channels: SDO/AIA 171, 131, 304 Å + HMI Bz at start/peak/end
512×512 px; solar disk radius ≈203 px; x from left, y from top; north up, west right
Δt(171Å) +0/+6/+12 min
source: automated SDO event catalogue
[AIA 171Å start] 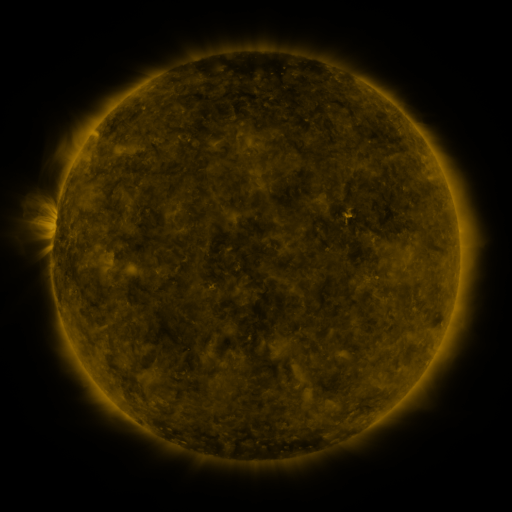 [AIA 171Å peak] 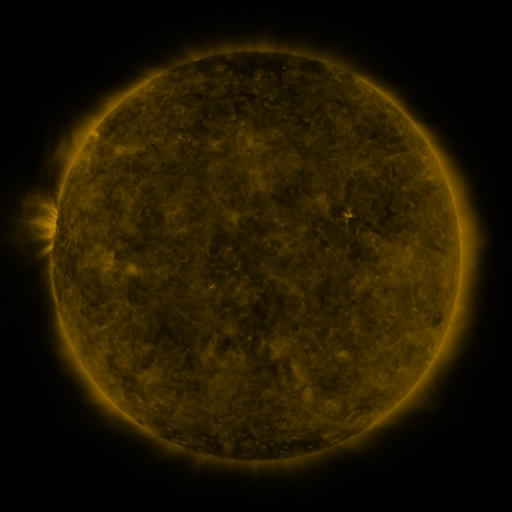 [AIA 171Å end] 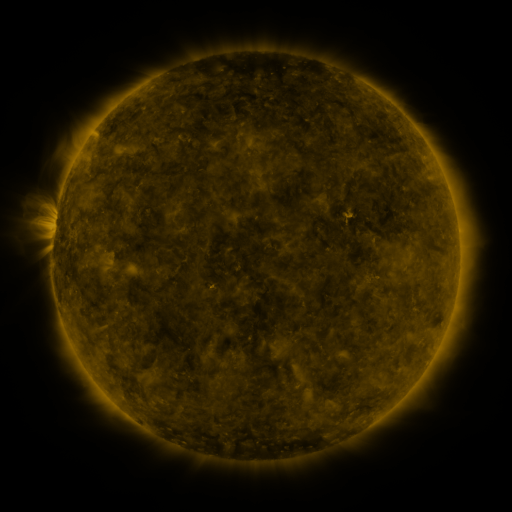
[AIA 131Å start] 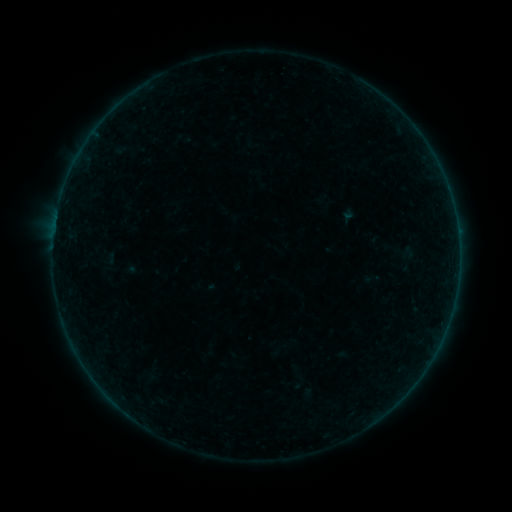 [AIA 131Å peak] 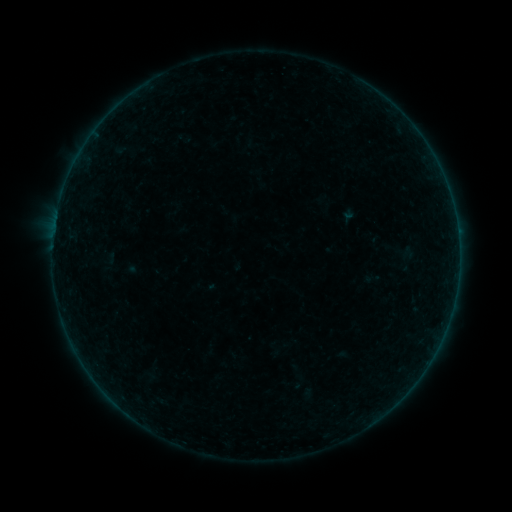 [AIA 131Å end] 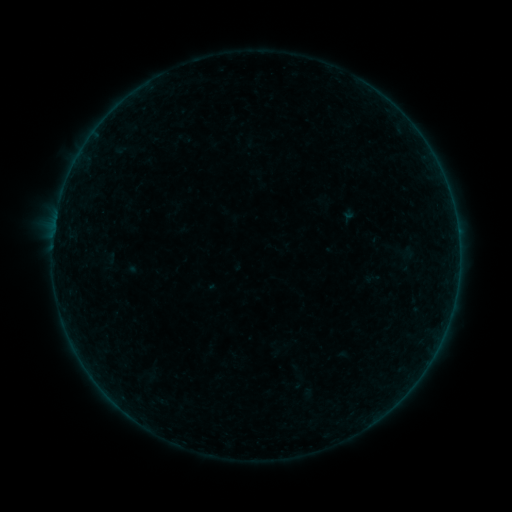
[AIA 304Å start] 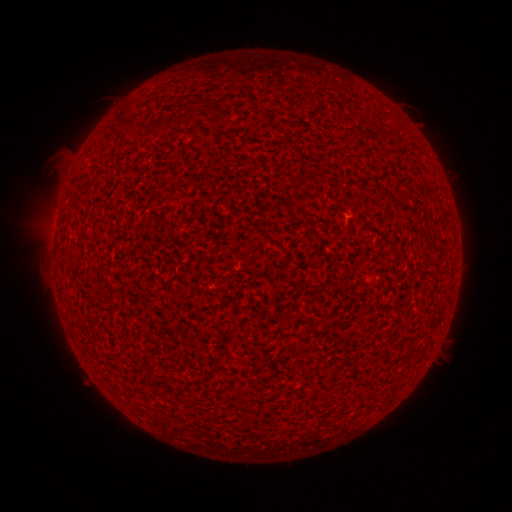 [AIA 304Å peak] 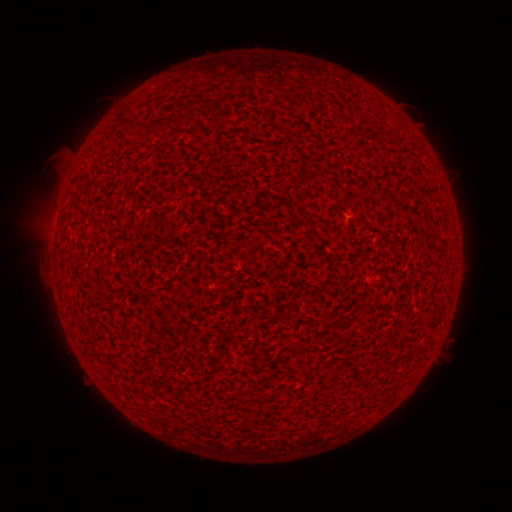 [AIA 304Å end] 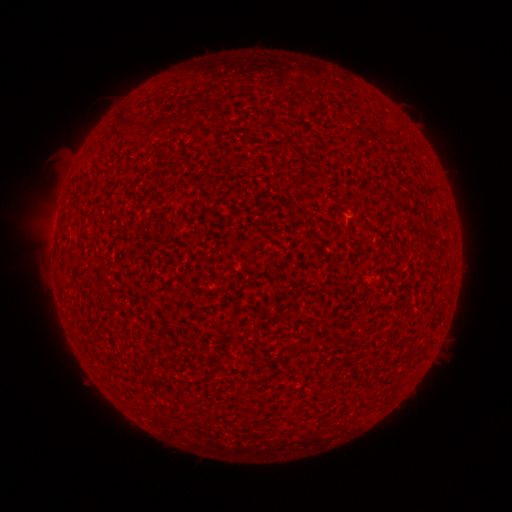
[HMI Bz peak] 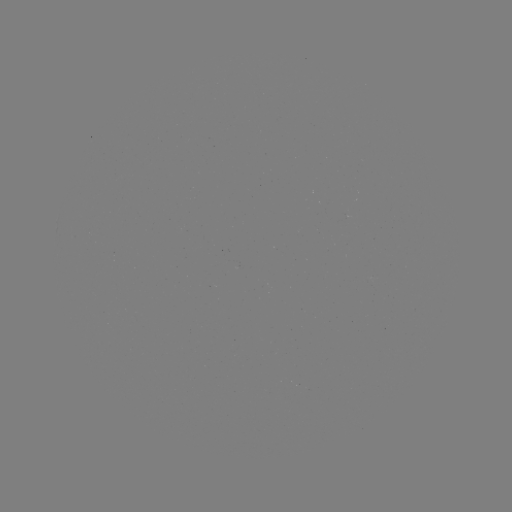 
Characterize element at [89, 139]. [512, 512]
A1.0 flare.